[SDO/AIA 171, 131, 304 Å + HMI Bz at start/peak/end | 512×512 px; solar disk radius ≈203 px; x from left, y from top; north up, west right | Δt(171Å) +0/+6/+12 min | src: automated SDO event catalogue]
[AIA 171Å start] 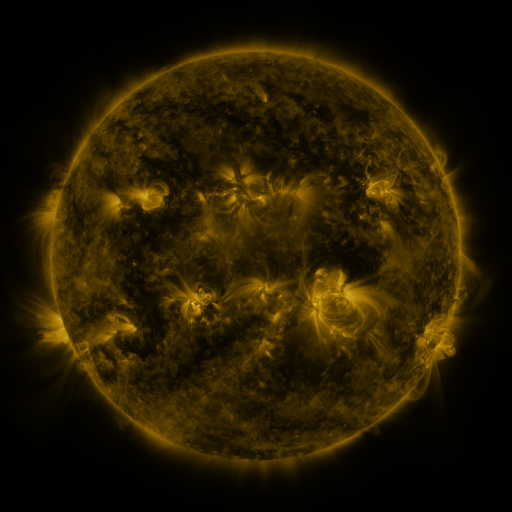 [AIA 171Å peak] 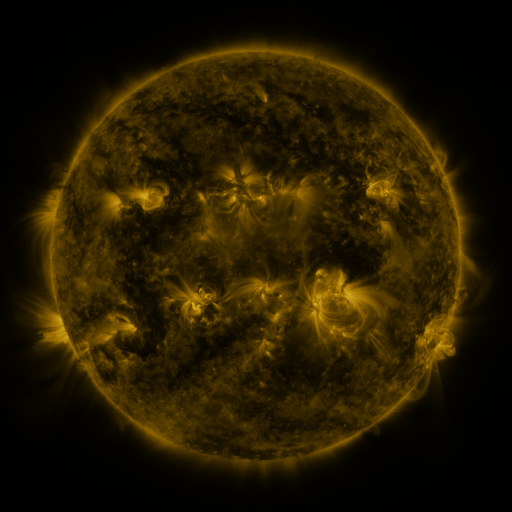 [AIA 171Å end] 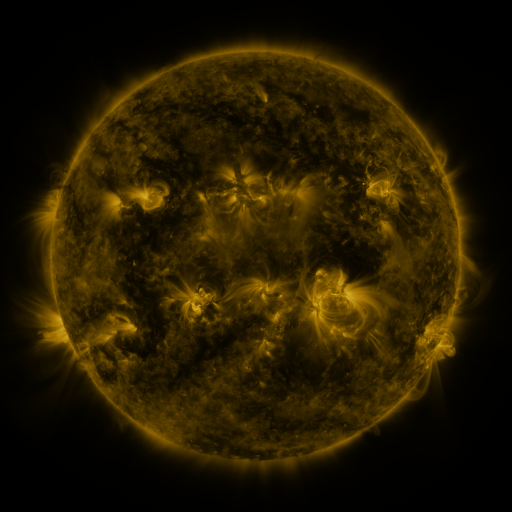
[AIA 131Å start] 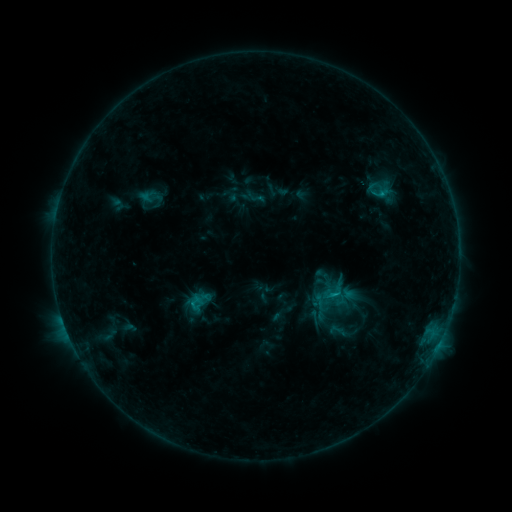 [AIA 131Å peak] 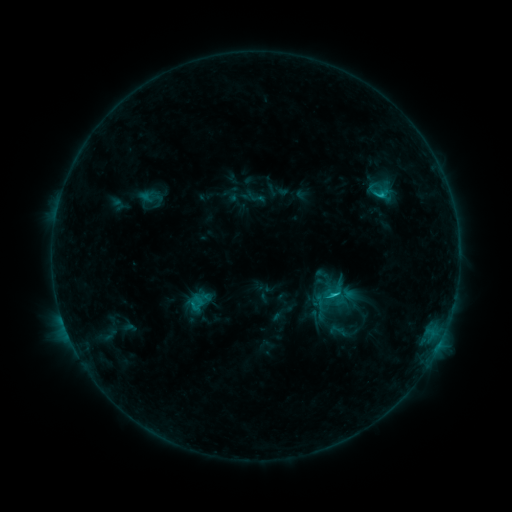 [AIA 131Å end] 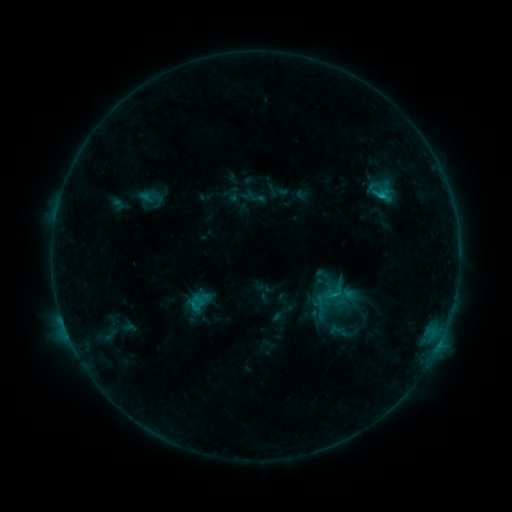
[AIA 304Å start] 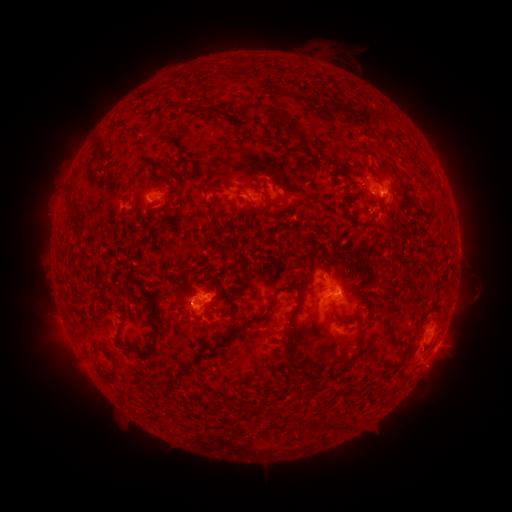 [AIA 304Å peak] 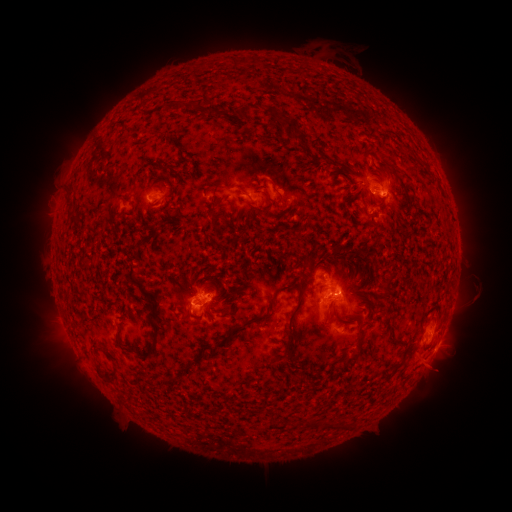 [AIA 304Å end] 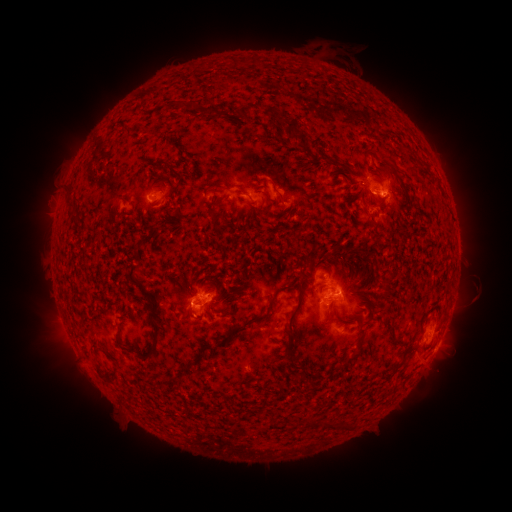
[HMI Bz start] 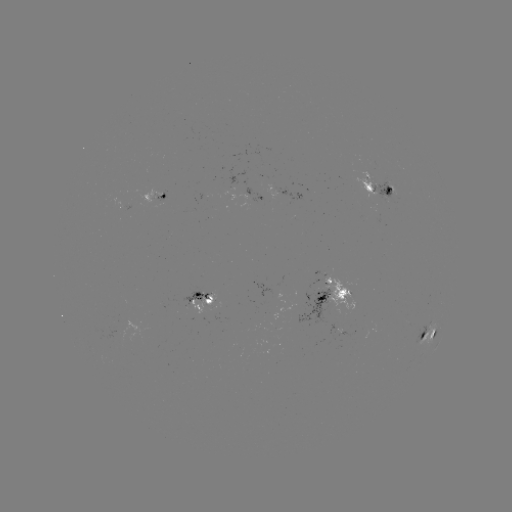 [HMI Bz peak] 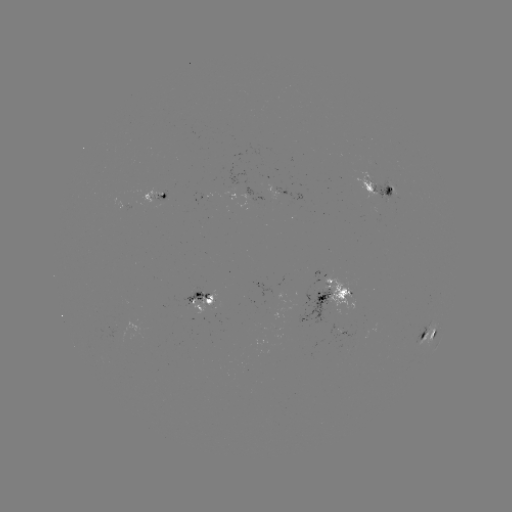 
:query C1.7 flare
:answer (332, 293)